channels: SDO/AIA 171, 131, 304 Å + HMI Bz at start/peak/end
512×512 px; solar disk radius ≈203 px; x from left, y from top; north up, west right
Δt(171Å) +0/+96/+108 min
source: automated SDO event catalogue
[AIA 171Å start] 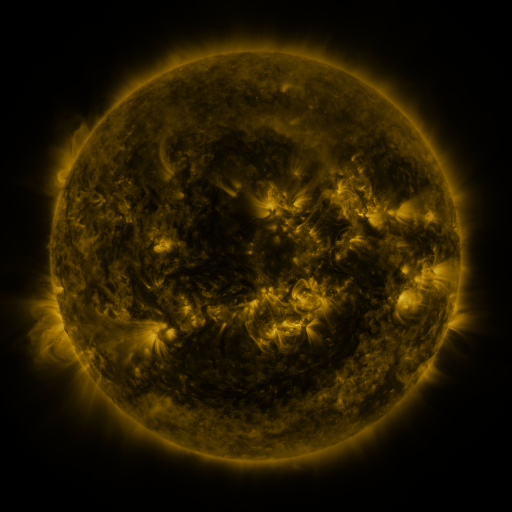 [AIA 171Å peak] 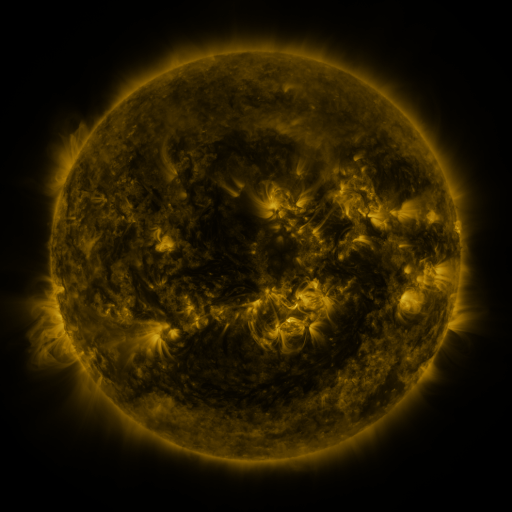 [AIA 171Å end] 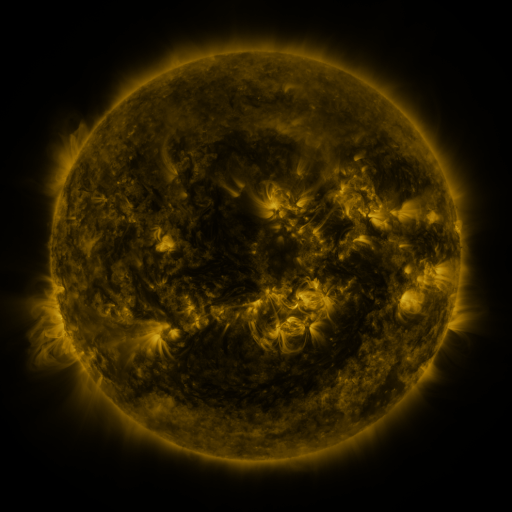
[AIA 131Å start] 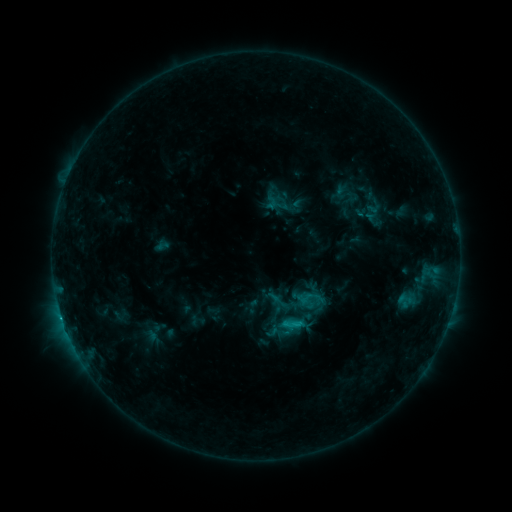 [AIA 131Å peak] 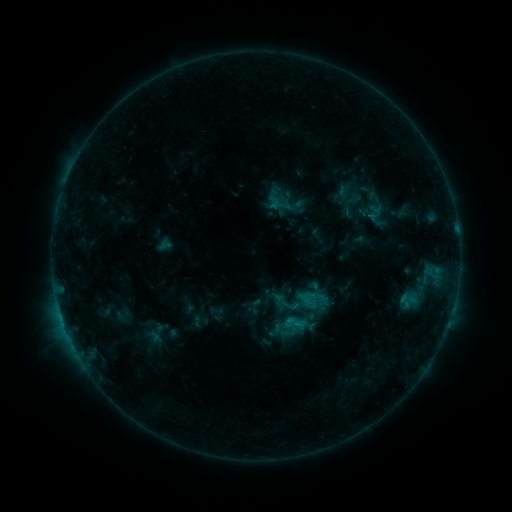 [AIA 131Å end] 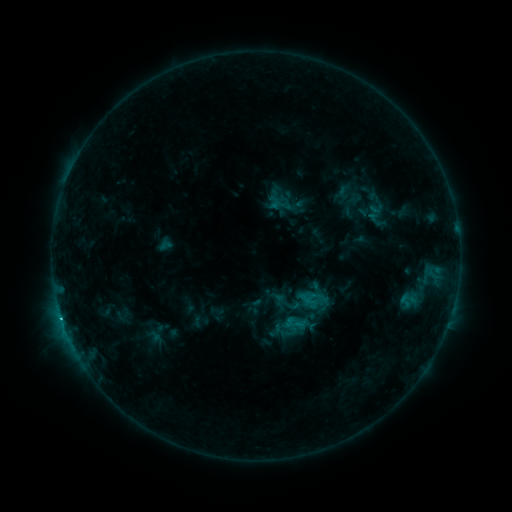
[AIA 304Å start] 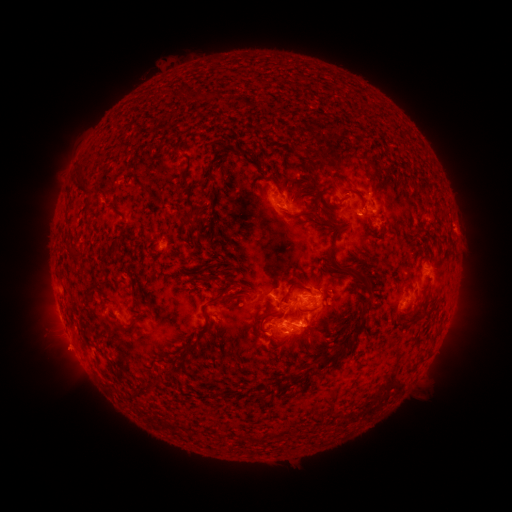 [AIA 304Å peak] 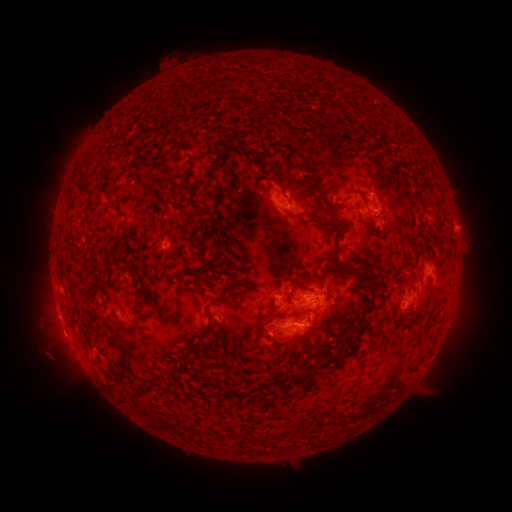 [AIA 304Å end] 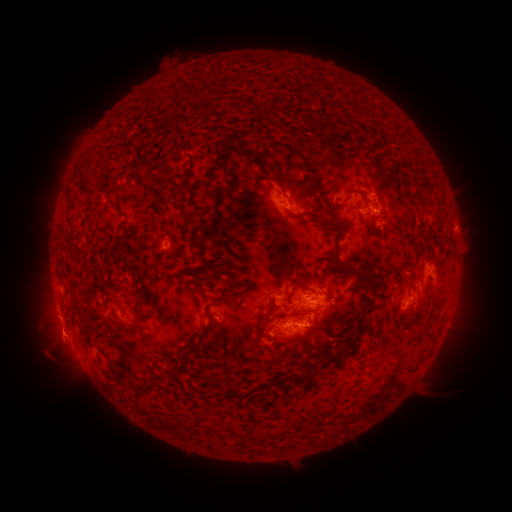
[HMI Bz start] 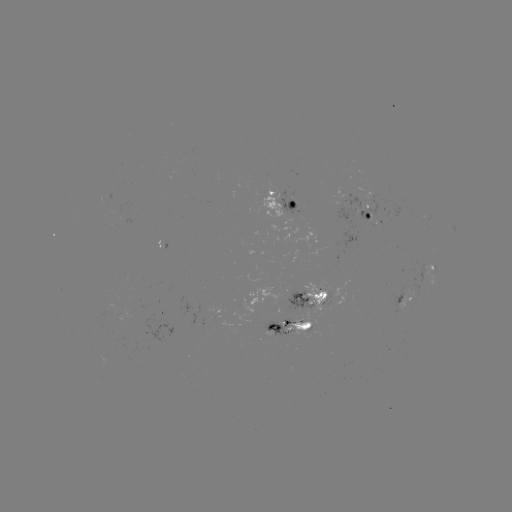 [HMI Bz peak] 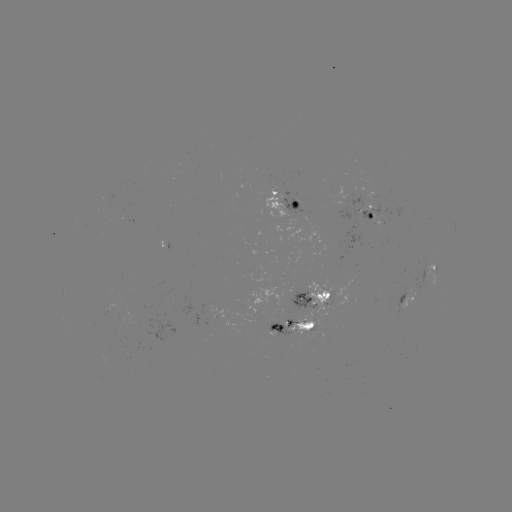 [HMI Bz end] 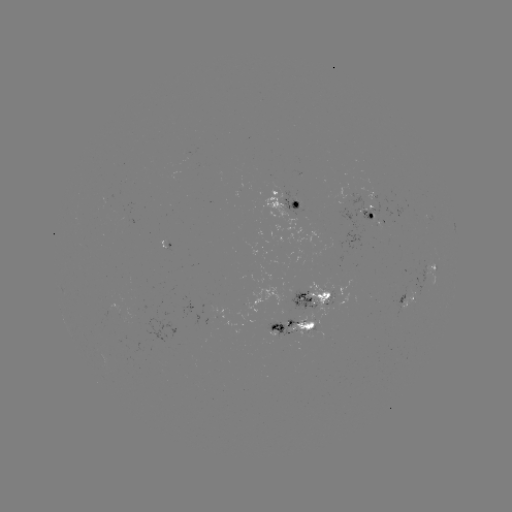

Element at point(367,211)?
emerging-flux region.